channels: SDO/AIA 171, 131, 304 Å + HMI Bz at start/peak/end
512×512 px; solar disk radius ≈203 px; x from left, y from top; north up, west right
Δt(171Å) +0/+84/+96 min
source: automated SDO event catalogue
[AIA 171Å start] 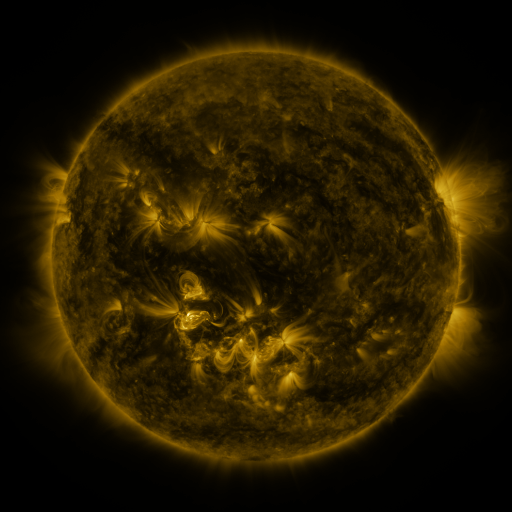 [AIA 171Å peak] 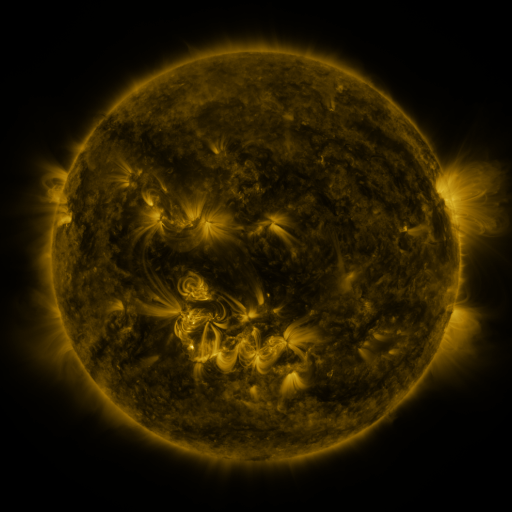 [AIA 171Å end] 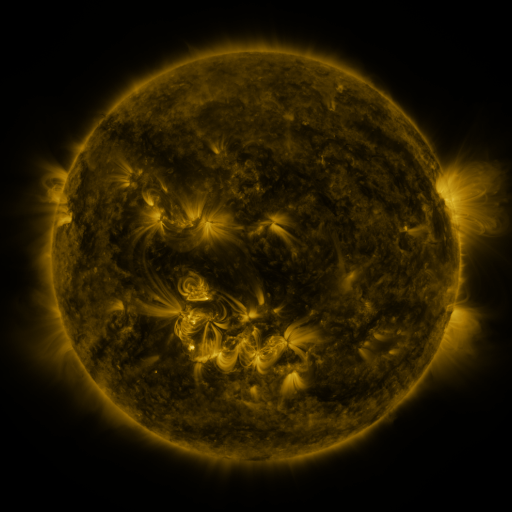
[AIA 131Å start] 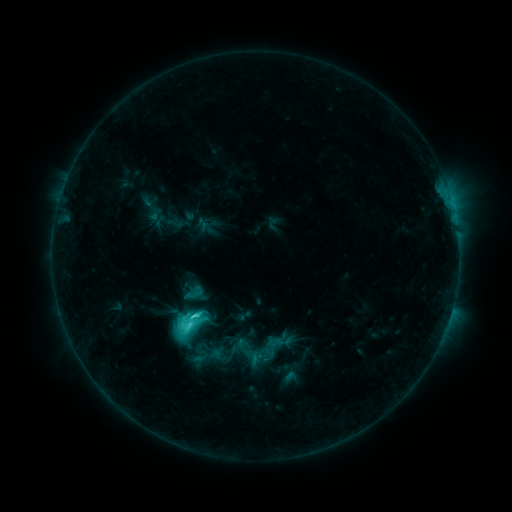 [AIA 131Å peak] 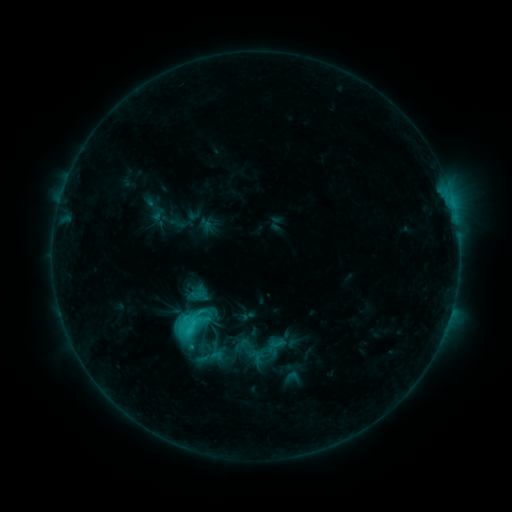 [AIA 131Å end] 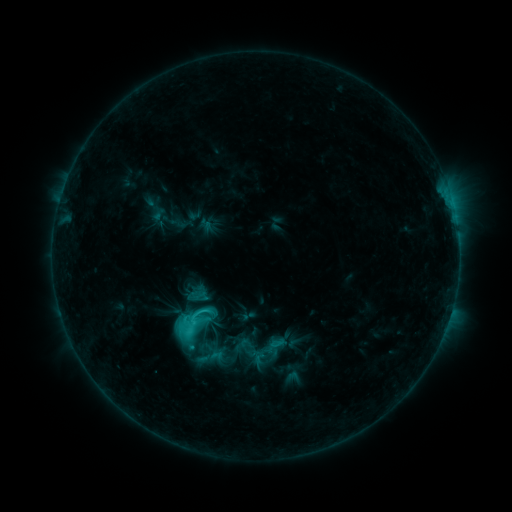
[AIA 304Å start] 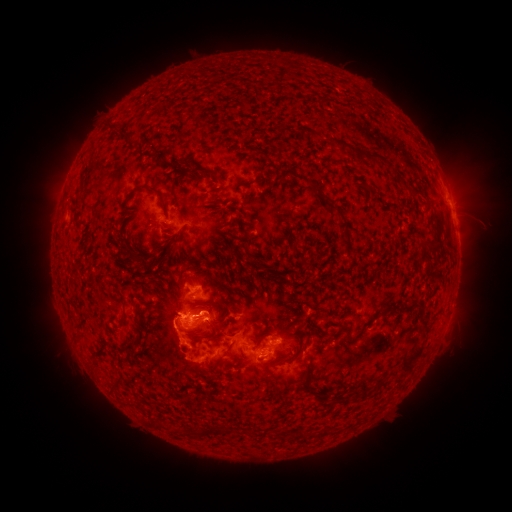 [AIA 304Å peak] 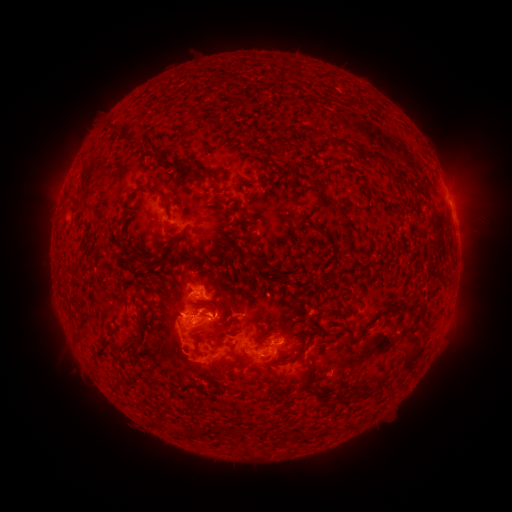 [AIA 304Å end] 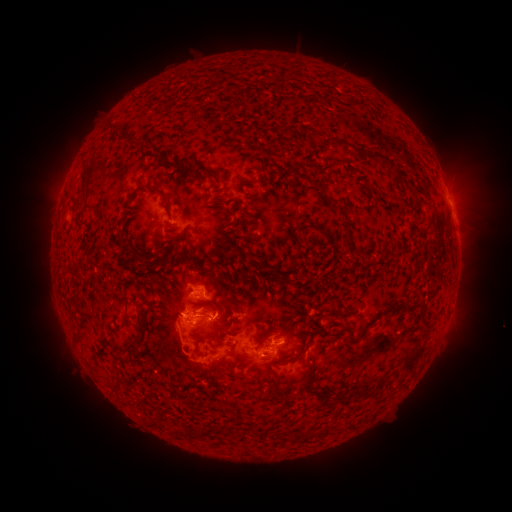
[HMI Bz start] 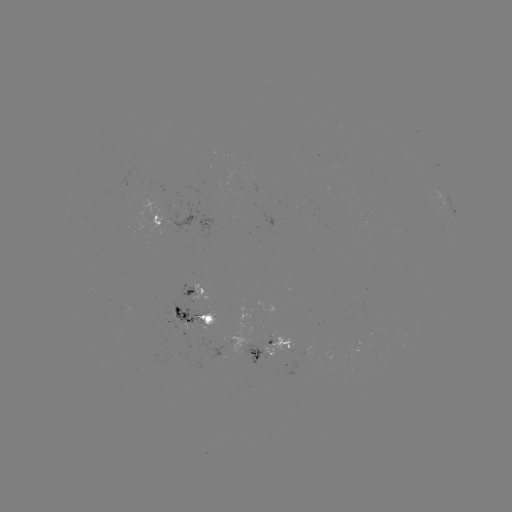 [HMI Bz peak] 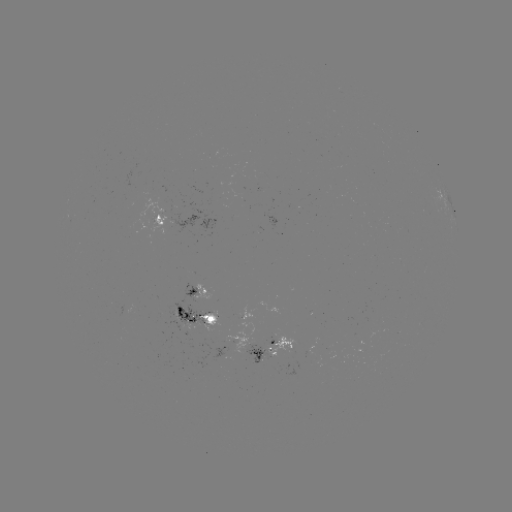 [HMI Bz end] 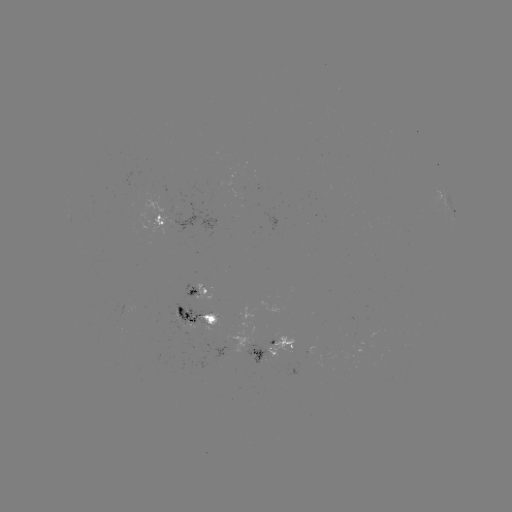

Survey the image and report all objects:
emerging-flux region: (201, 330)
